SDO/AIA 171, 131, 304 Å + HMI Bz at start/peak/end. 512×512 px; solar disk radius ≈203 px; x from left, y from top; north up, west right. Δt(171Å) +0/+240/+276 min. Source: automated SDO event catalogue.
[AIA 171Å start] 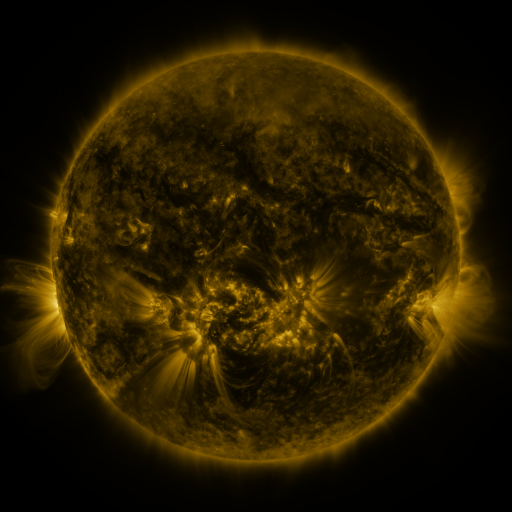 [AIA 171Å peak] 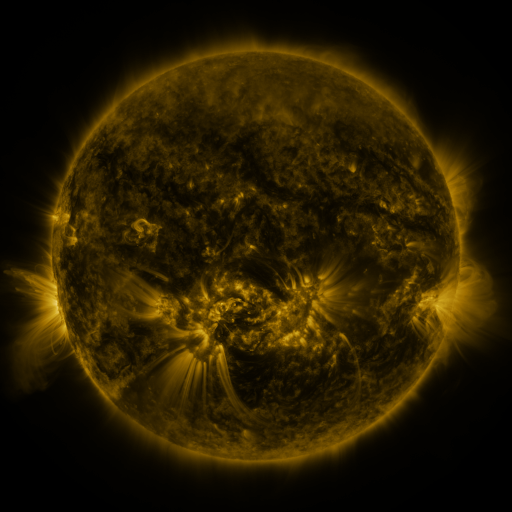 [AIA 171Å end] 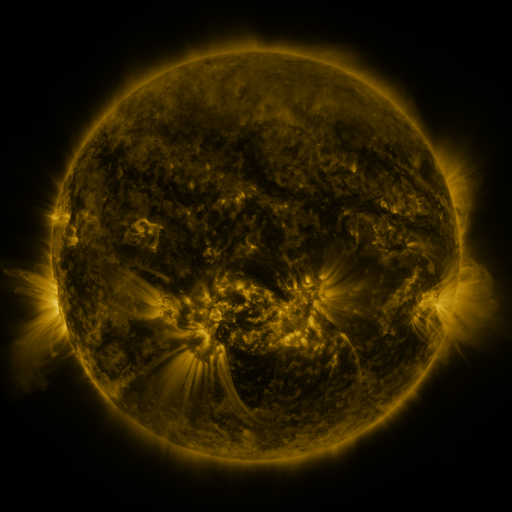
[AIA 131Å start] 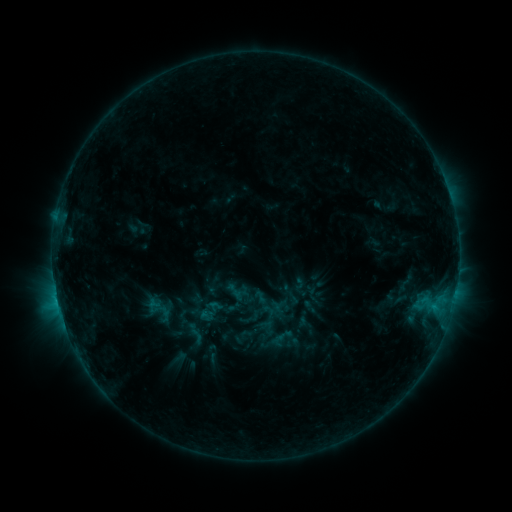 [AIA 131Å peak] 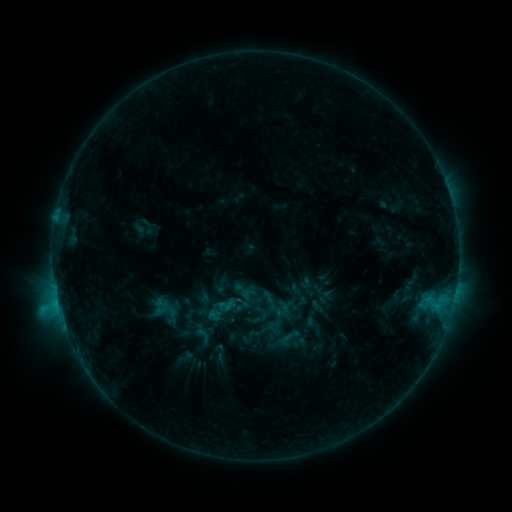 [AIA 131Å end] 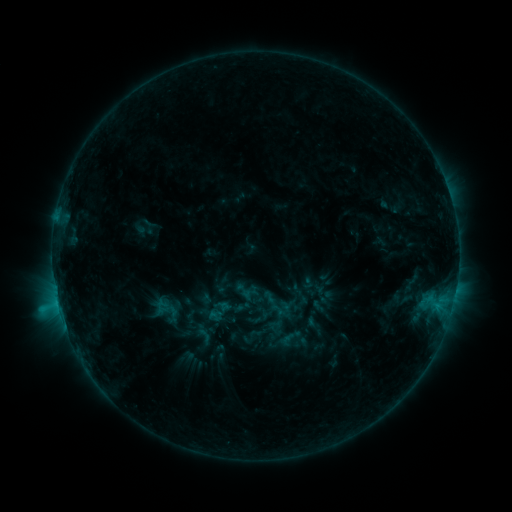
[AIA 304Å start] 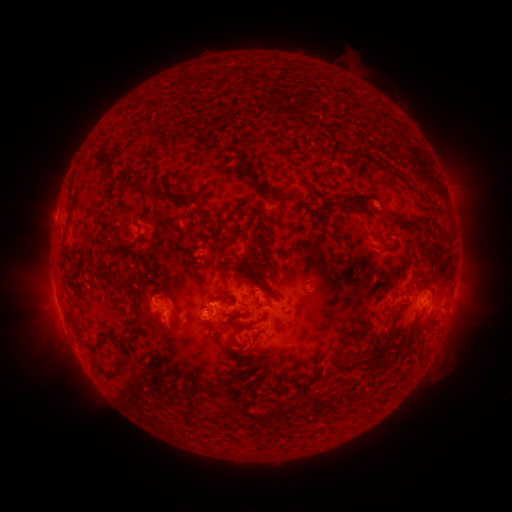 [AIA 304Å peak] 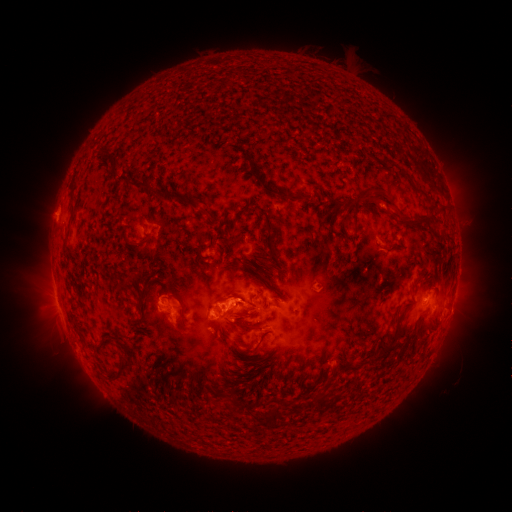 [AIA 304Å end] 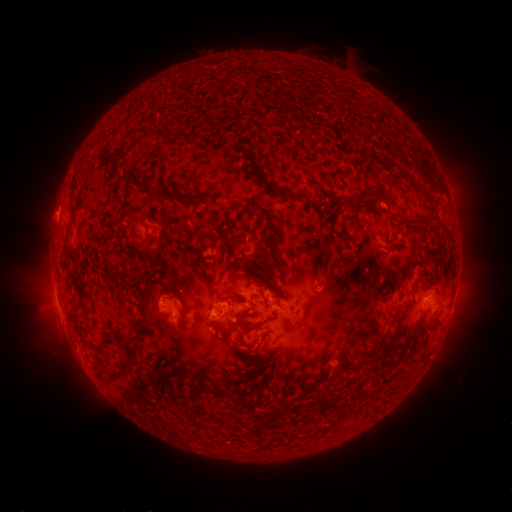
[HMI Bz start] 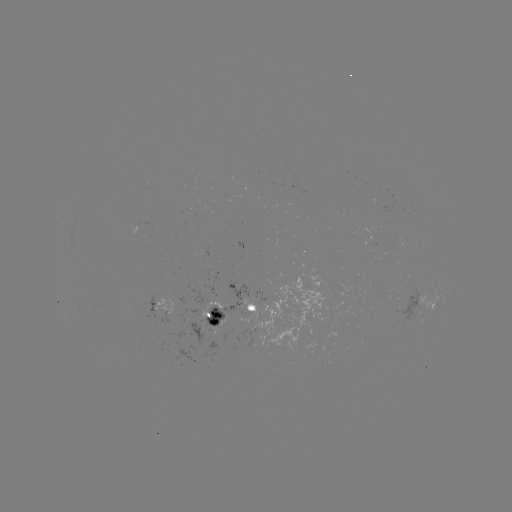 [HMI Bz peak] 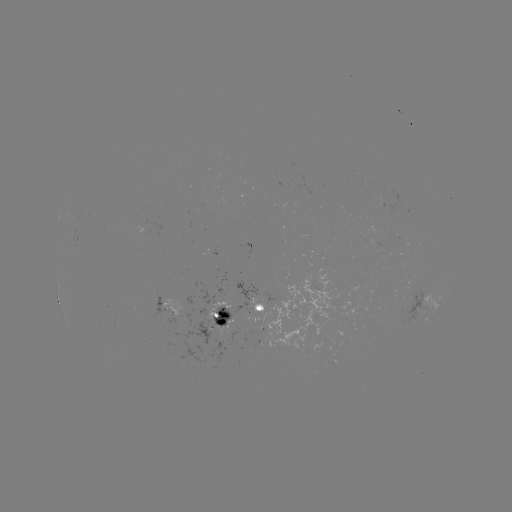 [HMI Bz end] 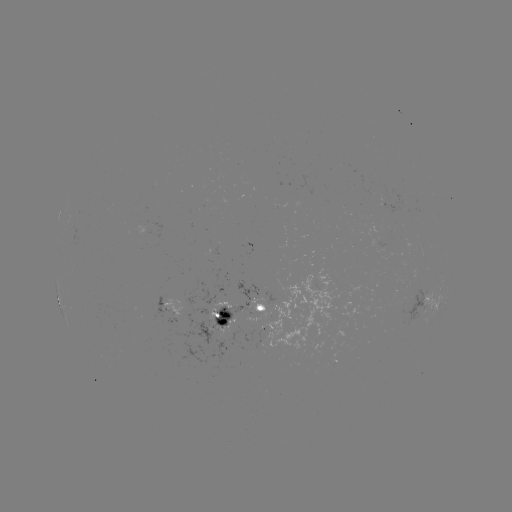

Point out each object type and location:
emerging-flux region: (335, 344)
